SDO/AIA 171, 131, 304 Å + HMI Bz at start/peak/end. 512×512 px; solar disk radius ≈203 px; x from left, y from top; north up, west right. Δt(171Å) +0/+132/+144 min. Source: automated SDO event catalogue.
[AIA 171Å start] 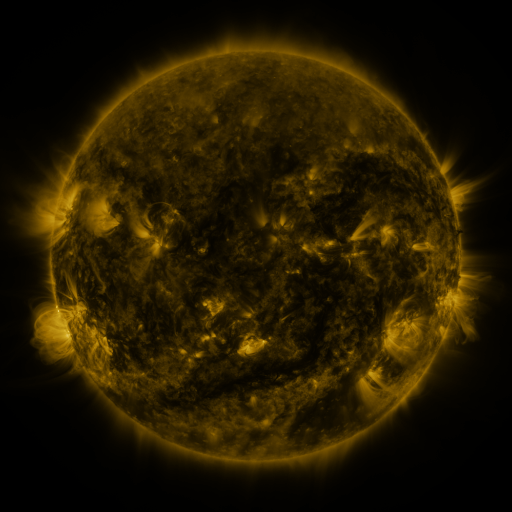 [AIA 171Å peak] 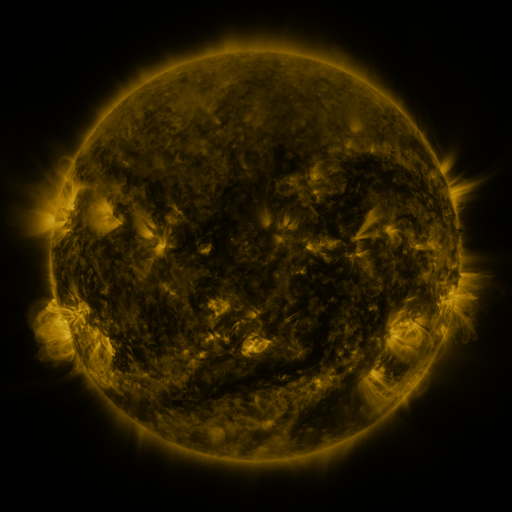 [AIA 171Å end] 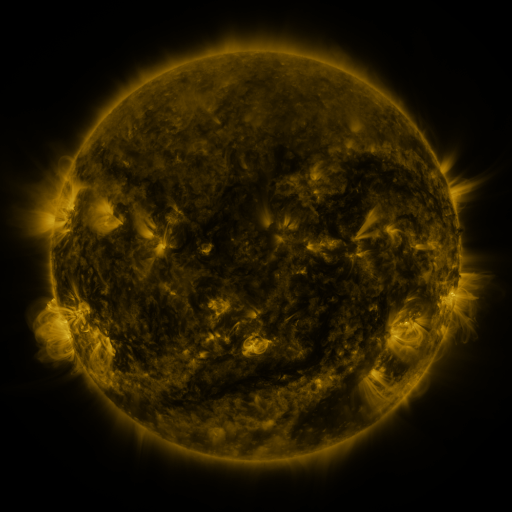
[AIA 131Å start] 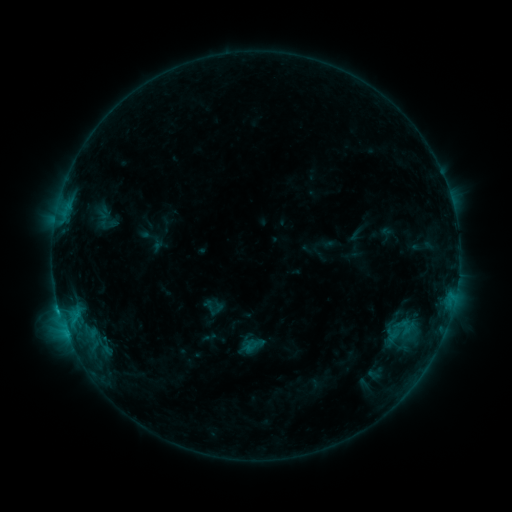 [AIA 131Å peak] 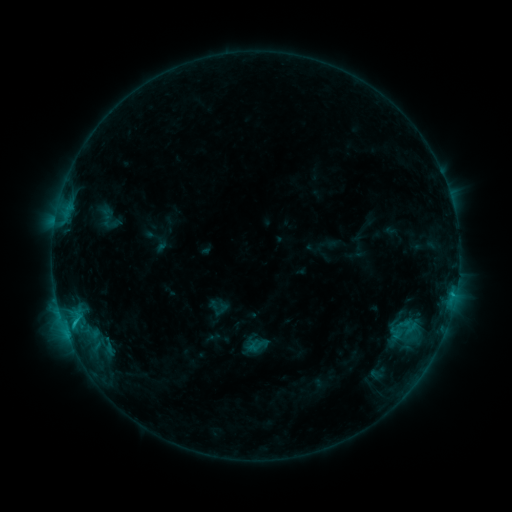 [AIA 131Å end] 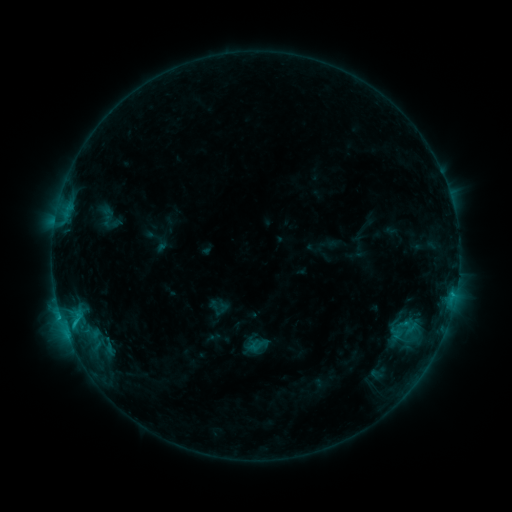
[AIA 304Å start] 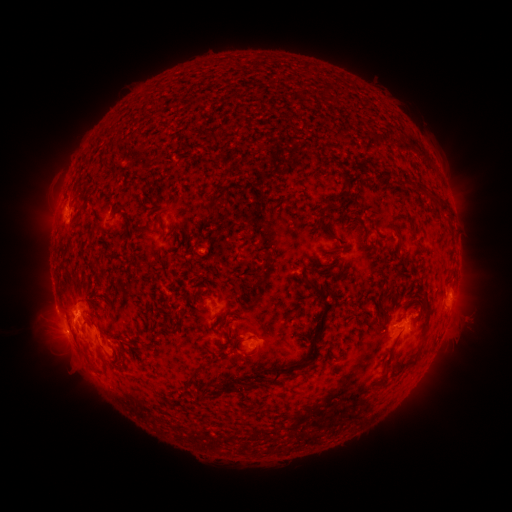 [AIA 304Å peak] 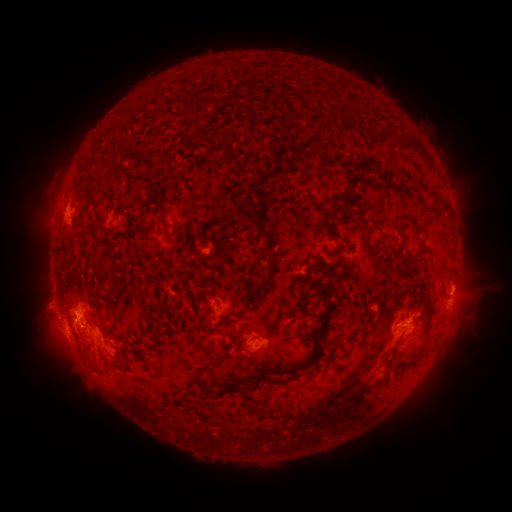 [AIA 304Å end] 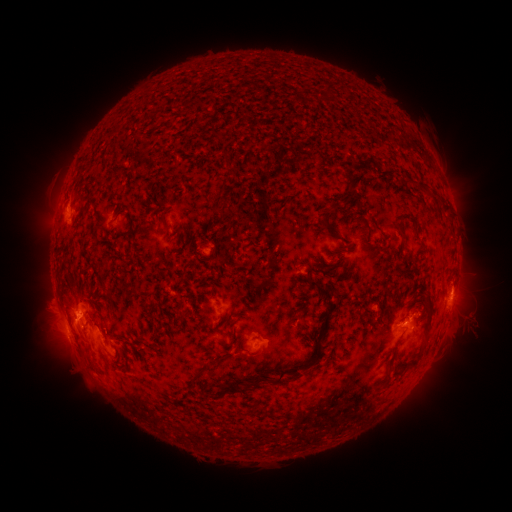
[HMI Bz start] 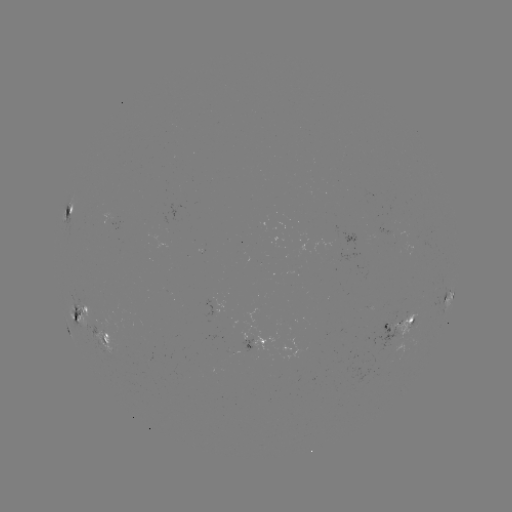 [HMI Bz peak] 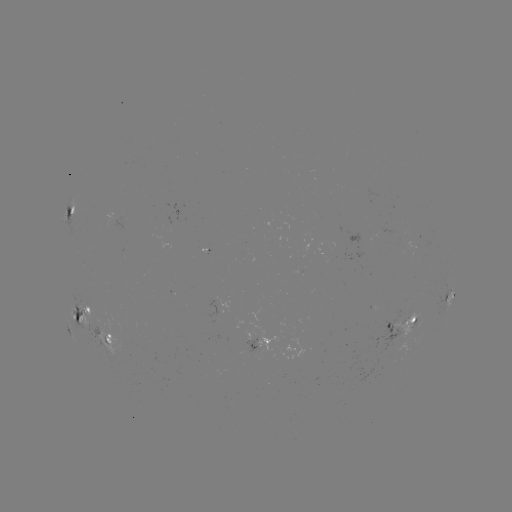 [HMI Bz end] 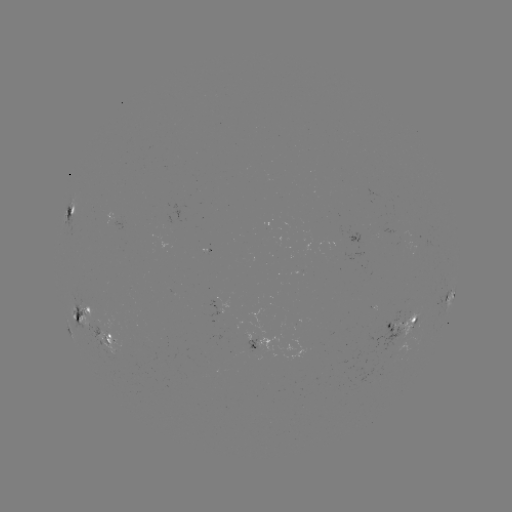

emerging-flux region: <bbox>86, 324, 128, 360</bbox>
